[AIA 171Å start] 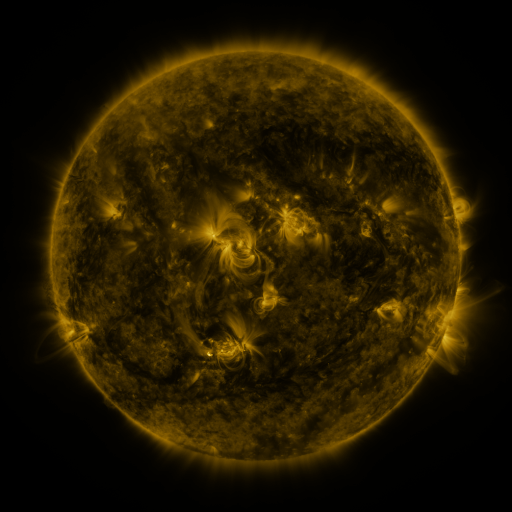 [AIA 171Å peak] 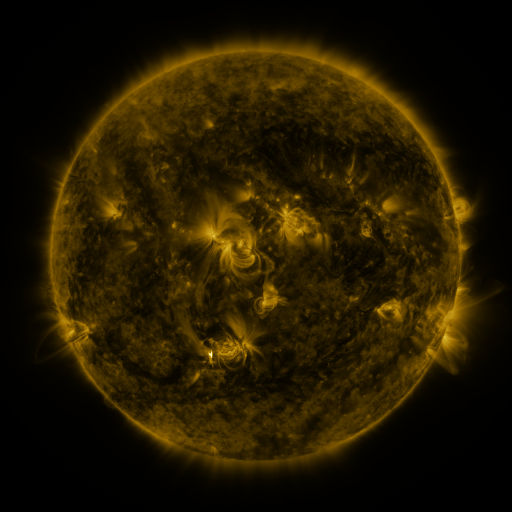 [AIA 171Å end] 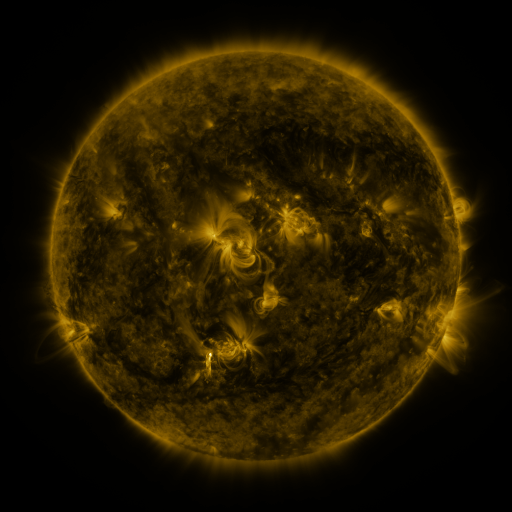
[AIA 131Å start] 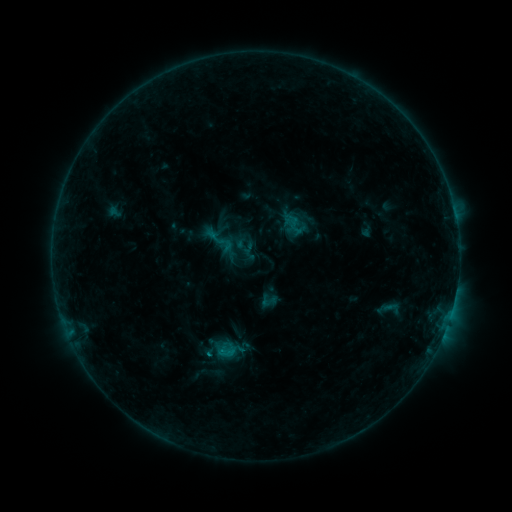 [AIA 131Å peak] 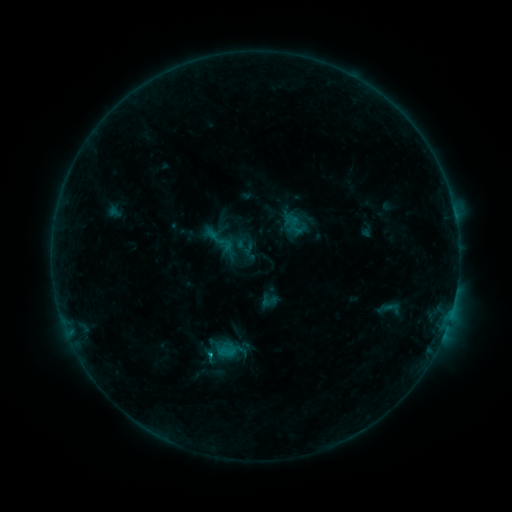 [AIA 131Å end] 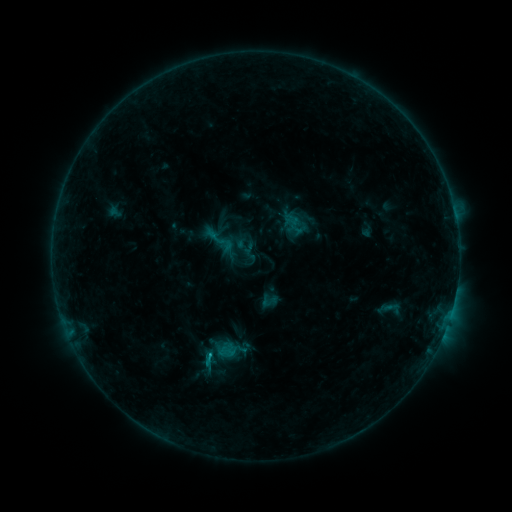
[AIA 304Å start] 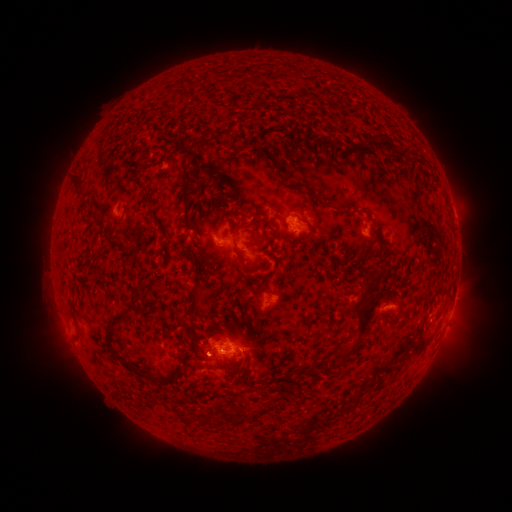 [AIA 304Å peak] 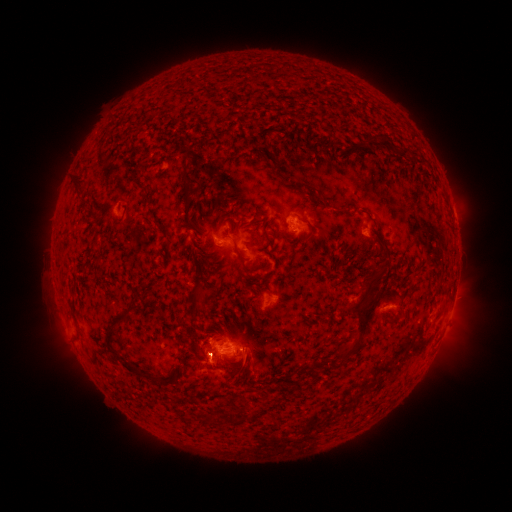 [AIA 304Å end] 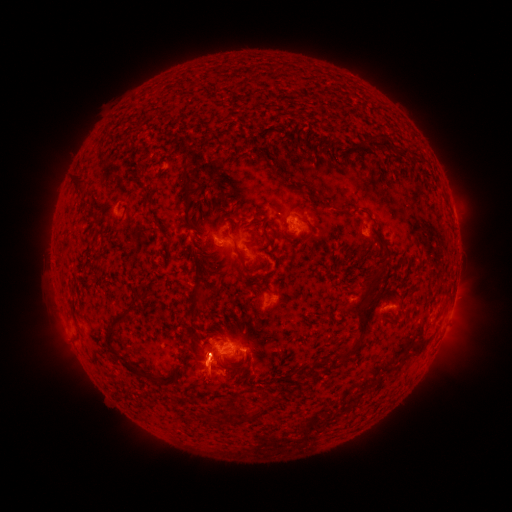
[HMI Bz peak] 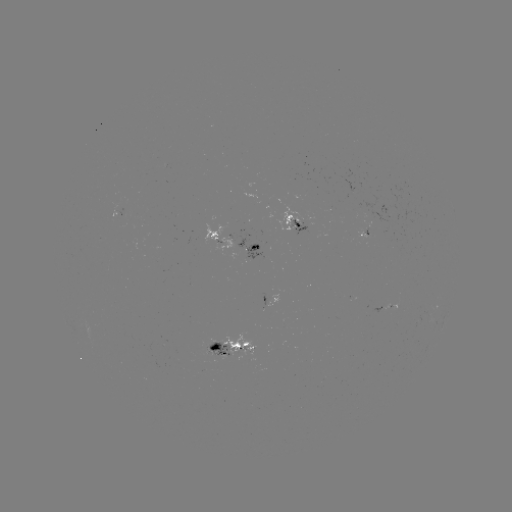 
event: eruption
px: (205, 362)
